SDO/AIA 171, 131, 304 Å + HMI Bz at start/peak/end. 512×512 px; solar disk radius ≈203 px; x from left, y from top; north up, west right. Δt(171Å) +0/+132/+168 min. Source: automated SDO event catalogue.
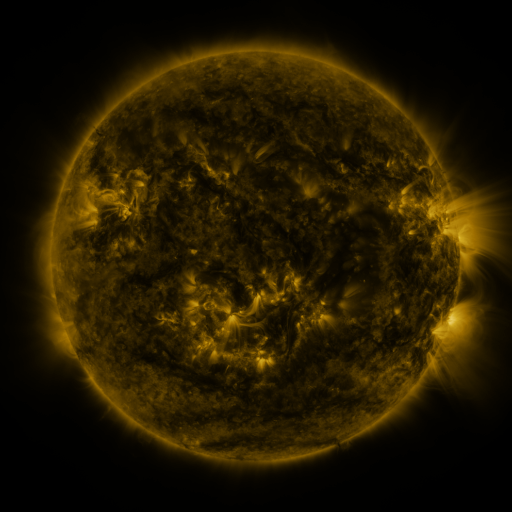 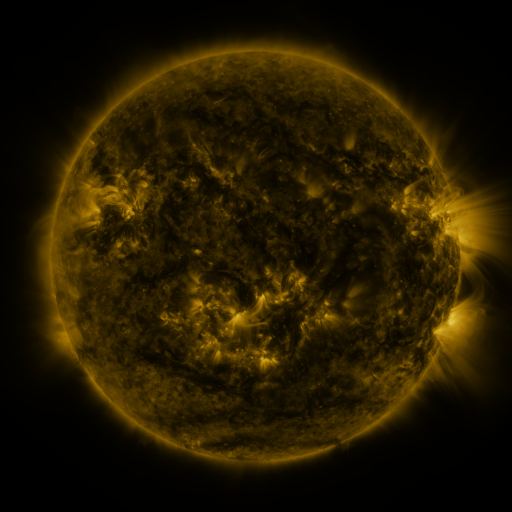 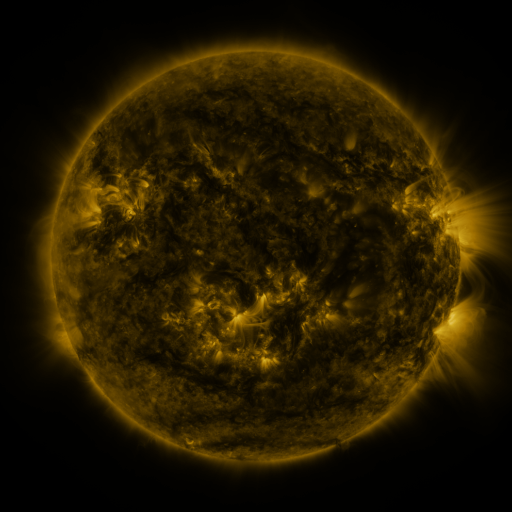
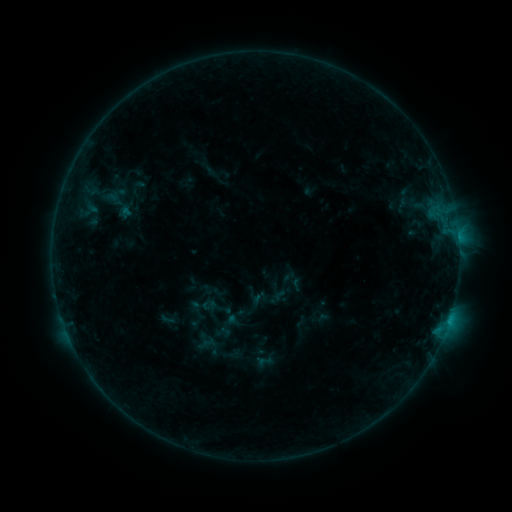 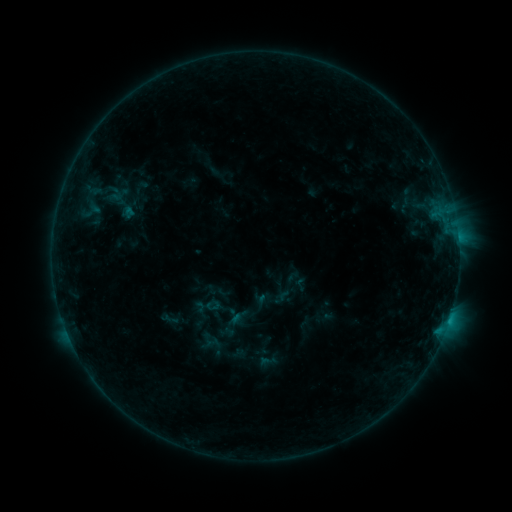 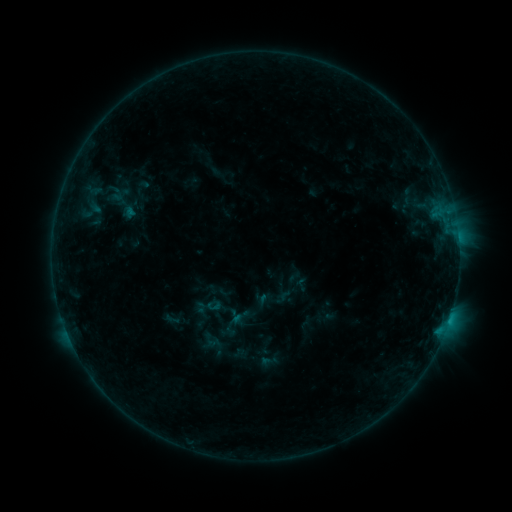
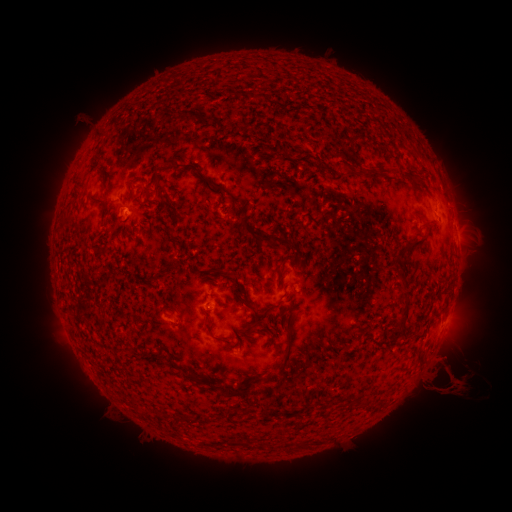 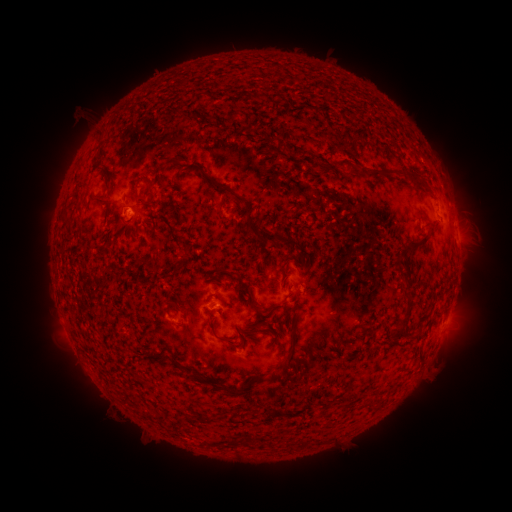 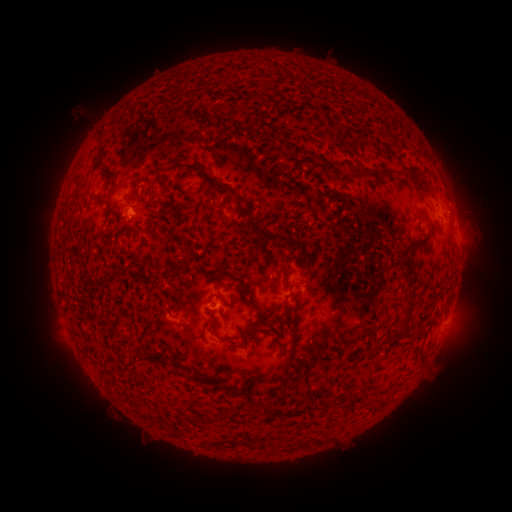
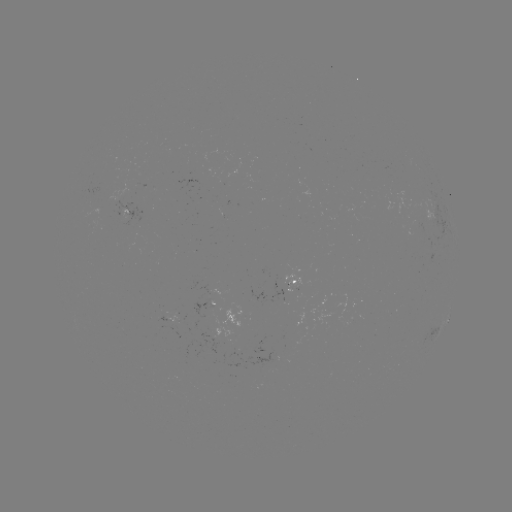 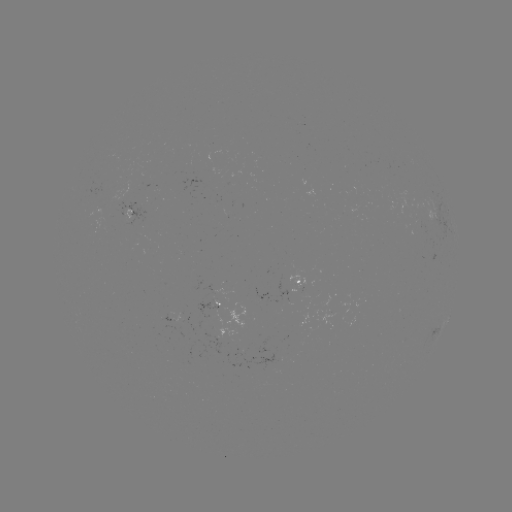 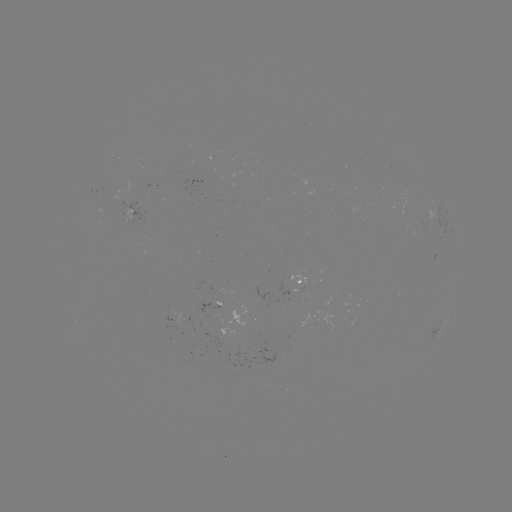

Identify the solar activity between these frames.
emerging-flux region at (164, 318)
